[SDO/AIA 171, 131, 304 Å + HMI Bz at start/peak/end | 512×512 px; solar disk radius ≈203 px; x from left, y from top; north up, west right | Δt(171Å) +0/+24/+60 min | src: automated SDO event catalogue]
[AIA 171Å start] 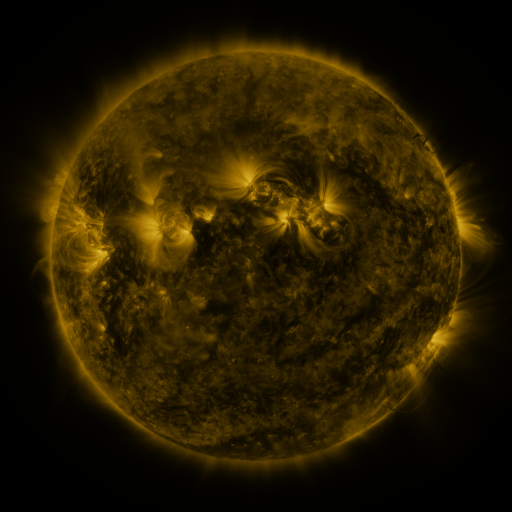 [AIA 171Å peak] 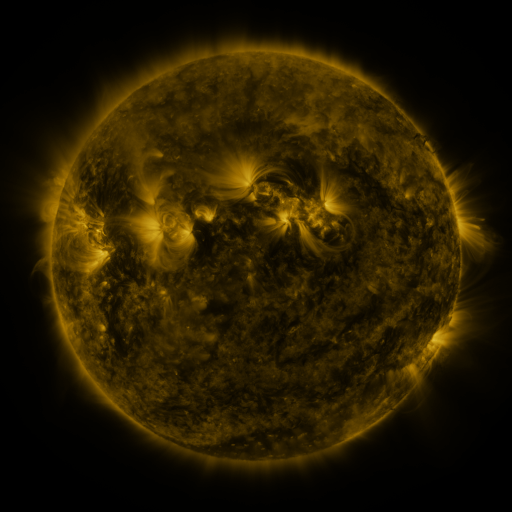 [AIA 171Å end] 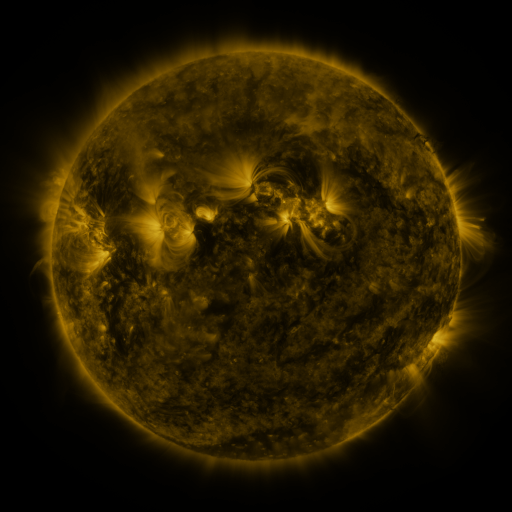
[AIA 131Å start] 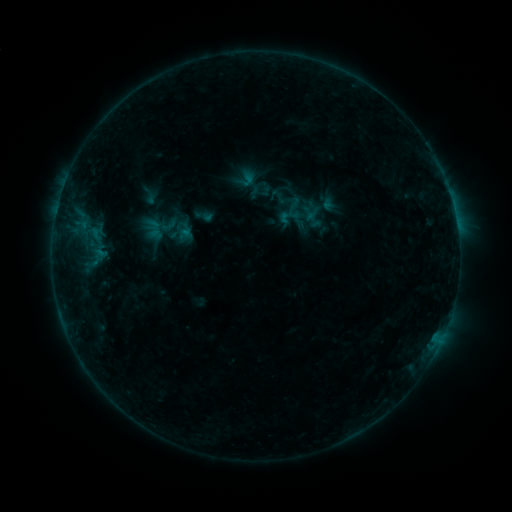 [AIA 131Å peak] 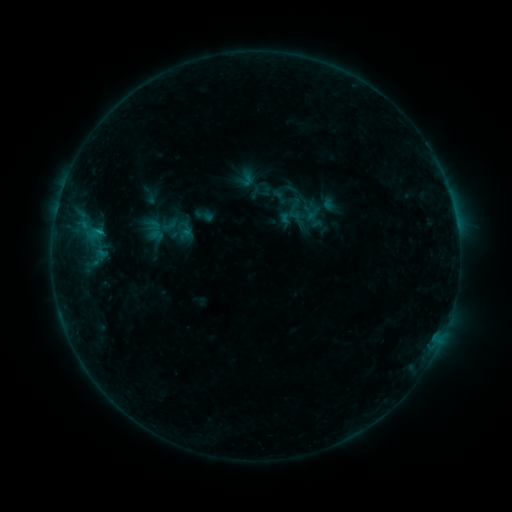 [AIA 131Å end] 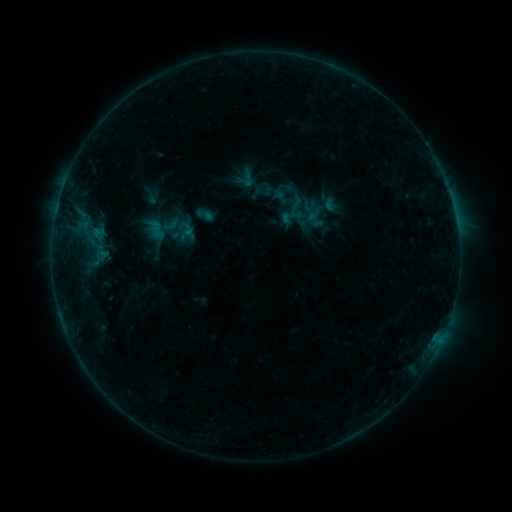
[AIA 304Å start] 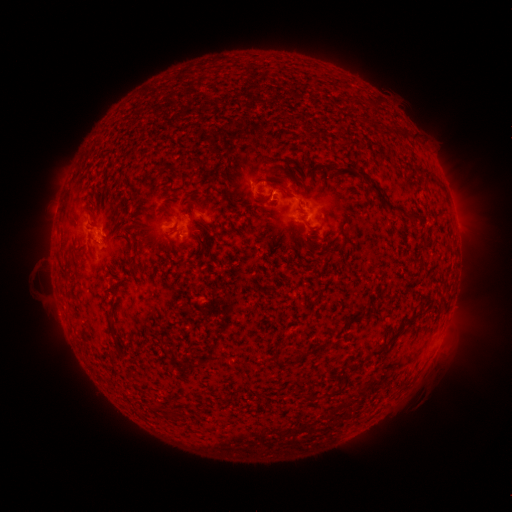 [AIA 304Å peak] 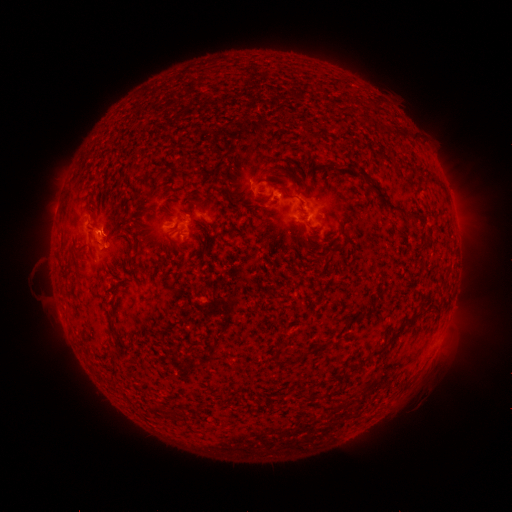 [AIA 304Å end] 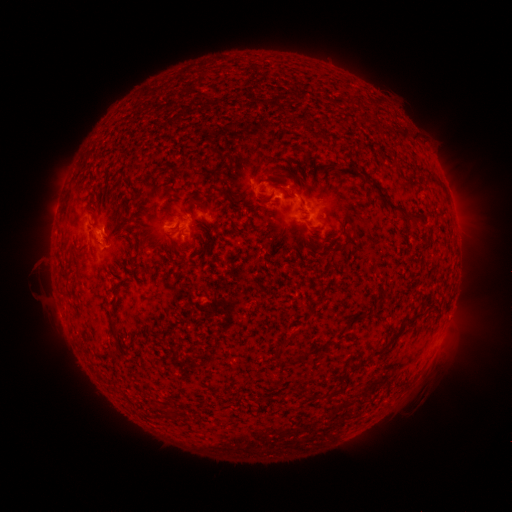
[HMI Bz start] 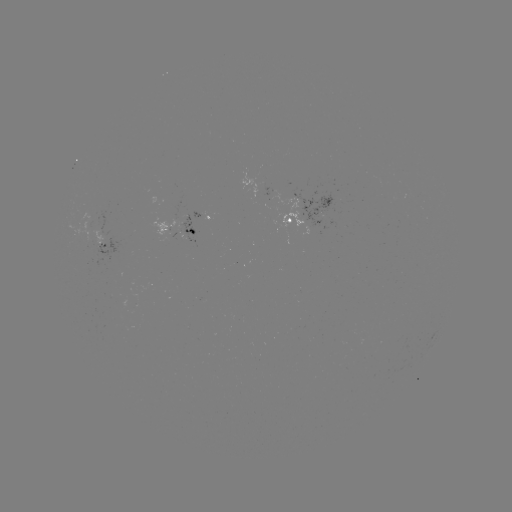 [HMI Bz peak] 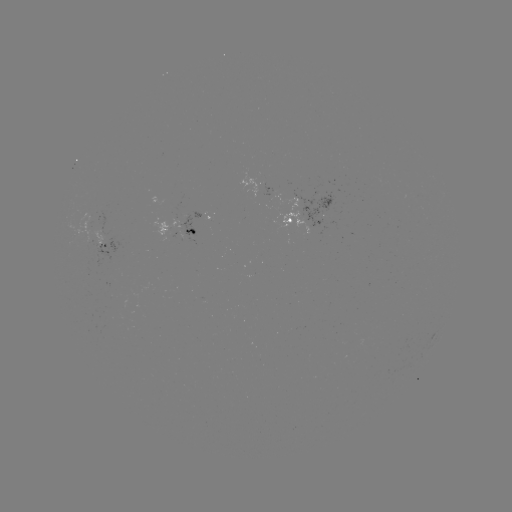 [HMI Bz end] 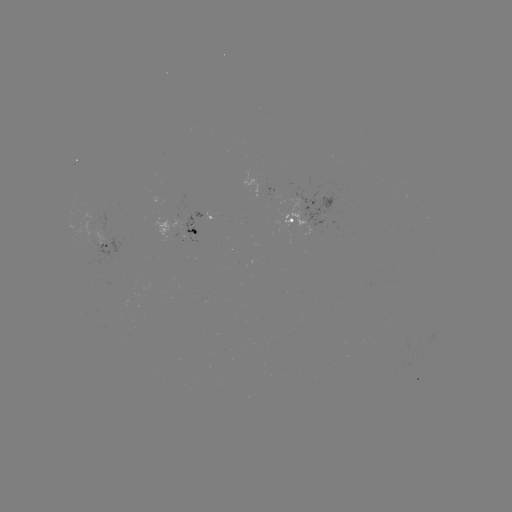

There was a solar flare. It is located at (101, 234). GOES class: B9.0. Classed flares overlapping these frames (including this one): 1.